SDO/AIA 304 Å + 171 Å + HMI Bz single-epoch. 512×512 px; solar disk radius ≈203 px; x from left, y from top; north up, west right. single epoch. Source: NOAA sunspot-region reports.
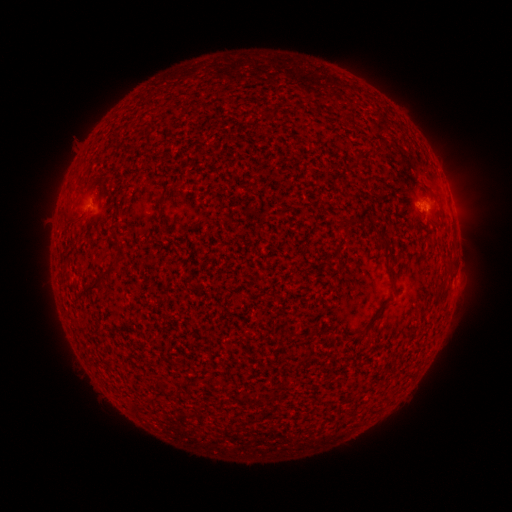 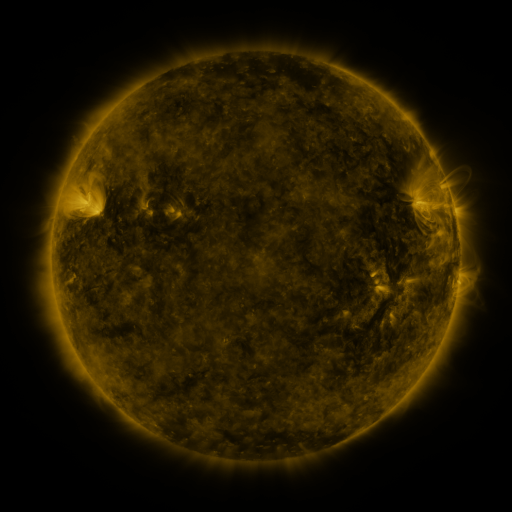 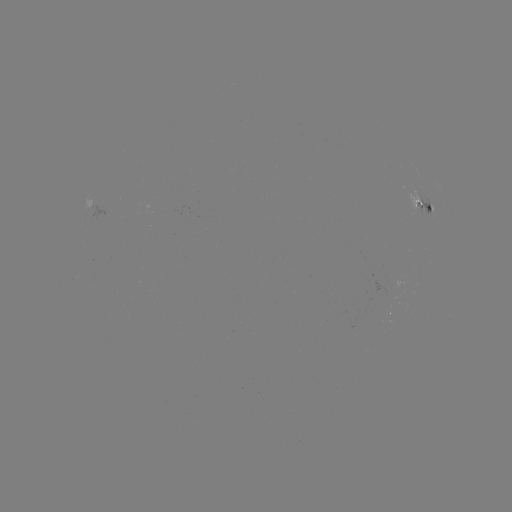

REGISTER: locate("spotted active region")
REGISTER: [422, 208]